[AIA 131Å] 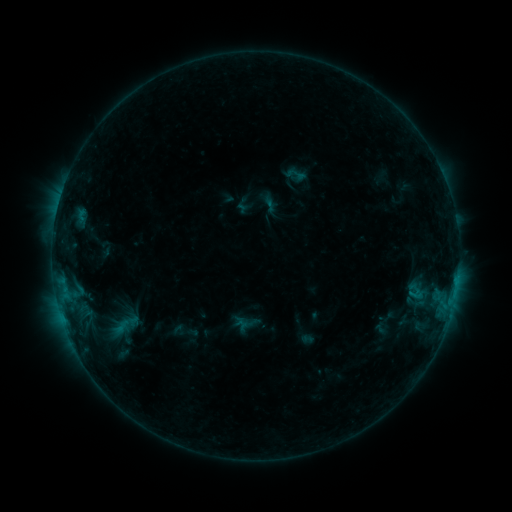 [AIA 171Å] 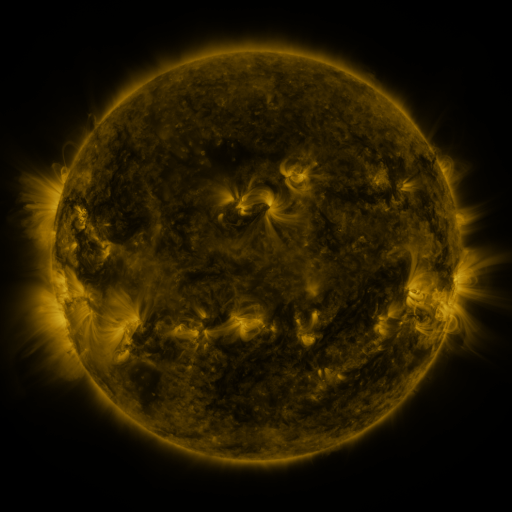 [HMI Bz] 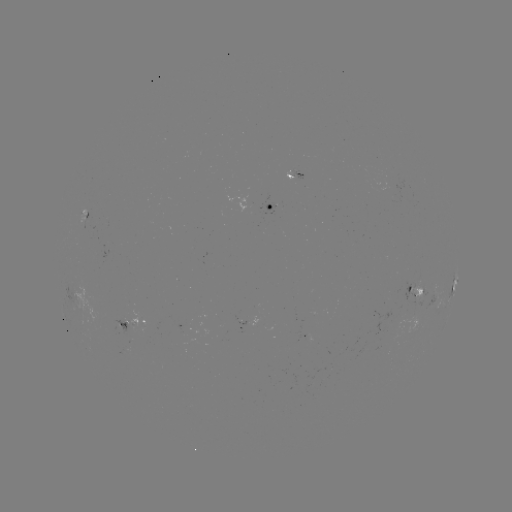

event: sigmoid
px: (296, 174)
